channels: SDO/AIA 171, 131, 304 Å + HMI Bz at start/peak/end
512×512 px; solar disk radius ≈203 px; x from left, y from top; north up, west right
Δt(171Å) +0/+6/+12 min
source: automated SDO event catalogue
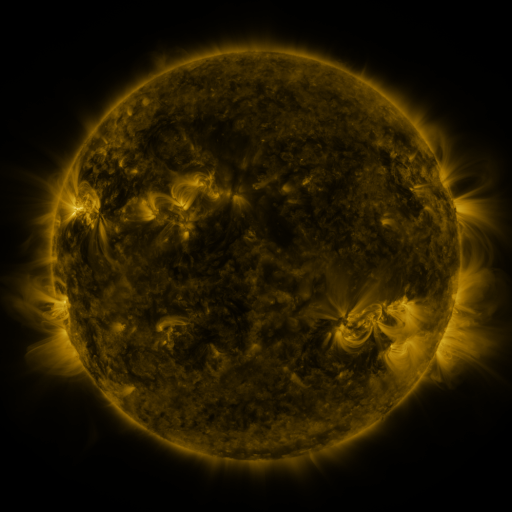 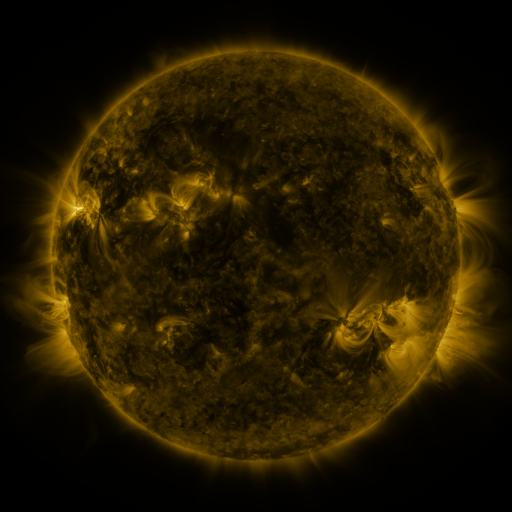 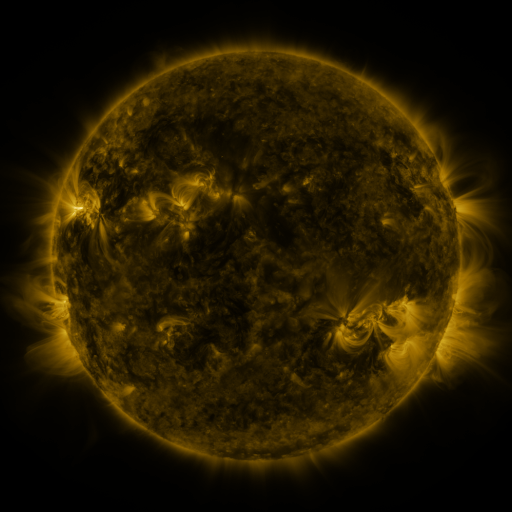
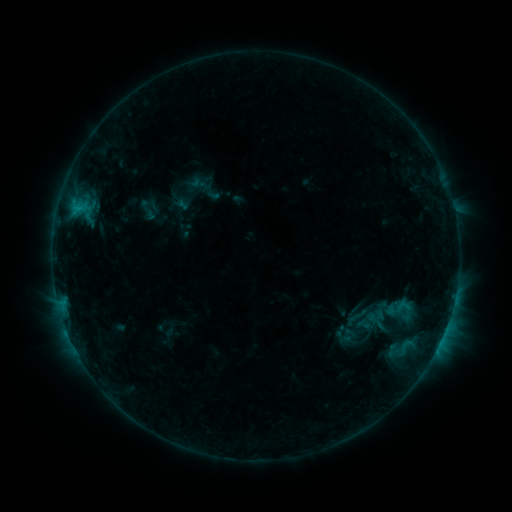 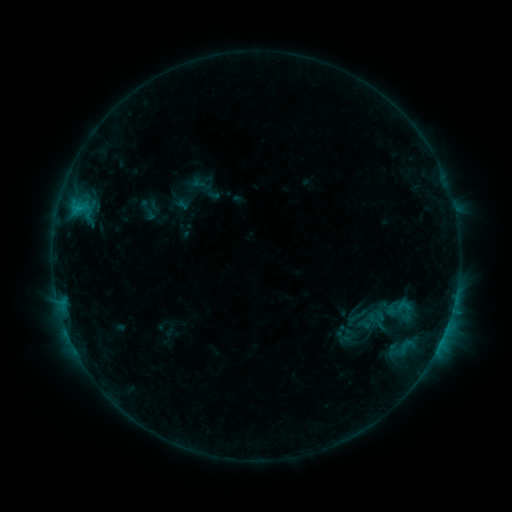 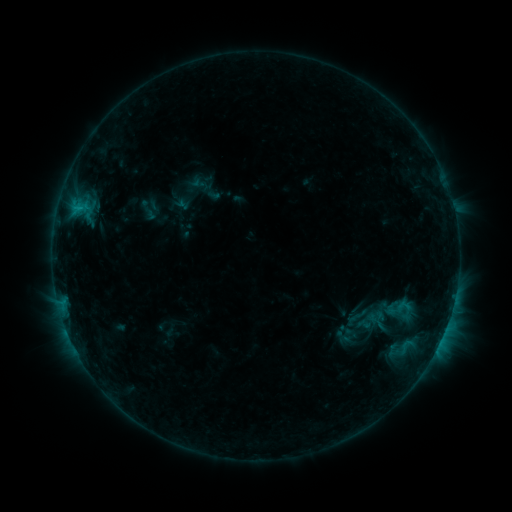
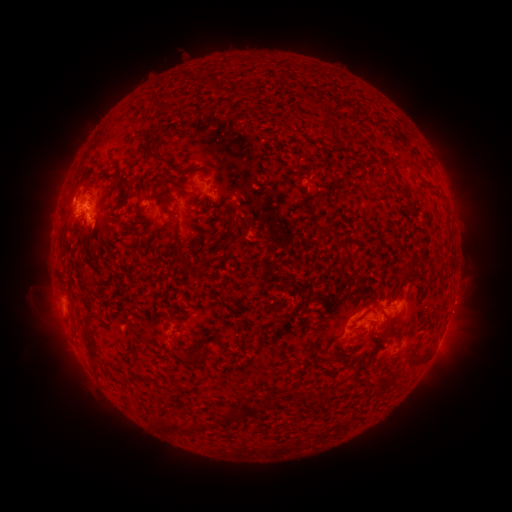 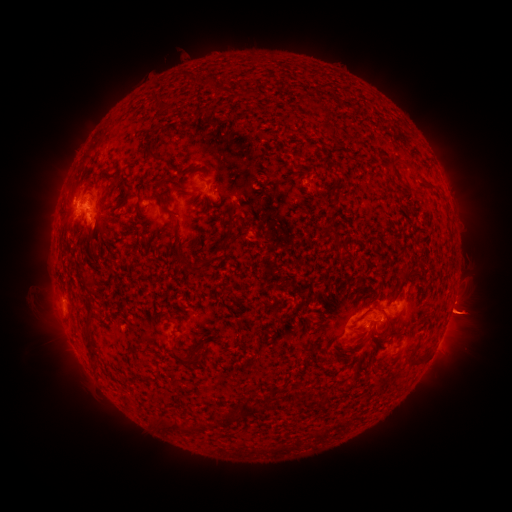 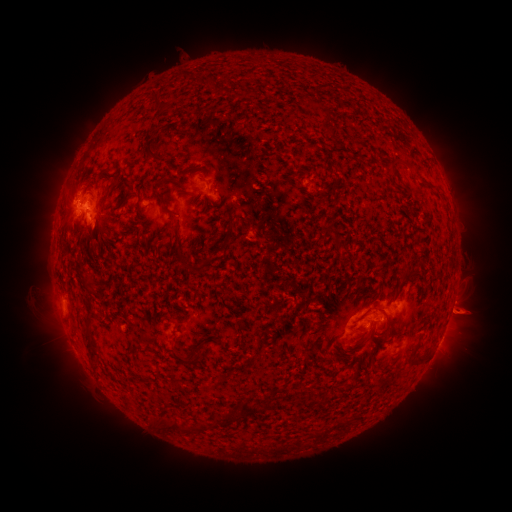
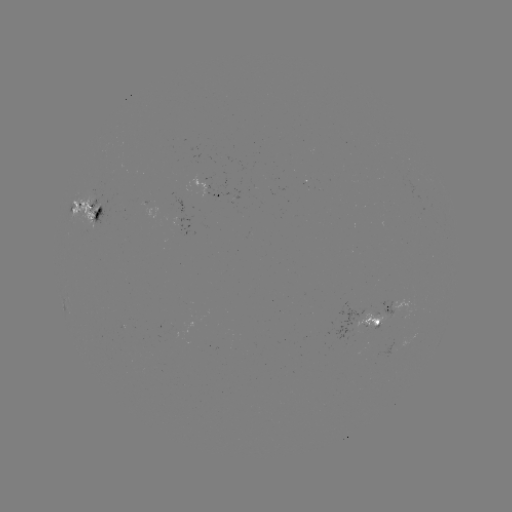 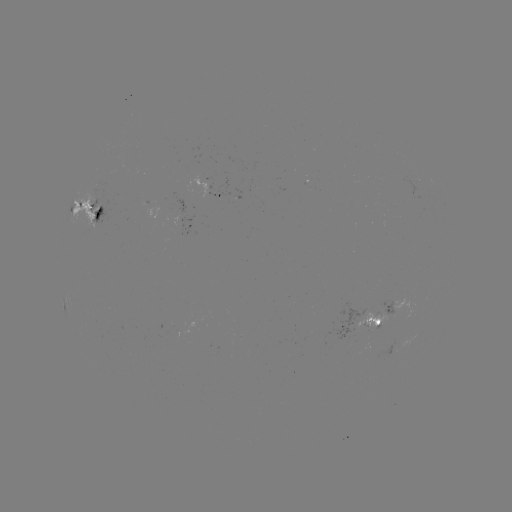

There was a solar eruption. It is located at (472, 314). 